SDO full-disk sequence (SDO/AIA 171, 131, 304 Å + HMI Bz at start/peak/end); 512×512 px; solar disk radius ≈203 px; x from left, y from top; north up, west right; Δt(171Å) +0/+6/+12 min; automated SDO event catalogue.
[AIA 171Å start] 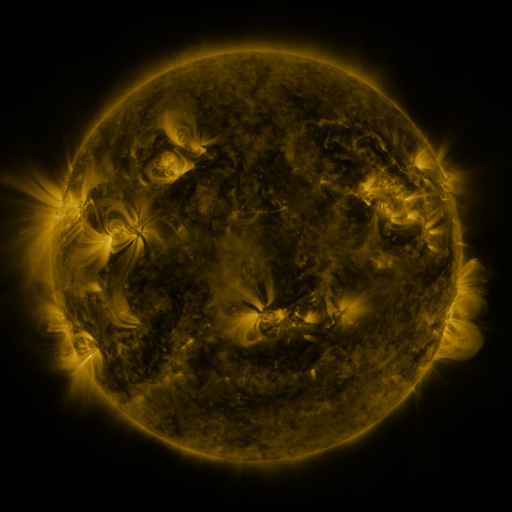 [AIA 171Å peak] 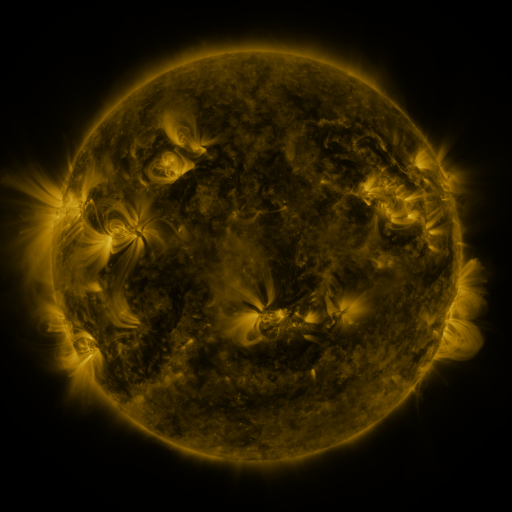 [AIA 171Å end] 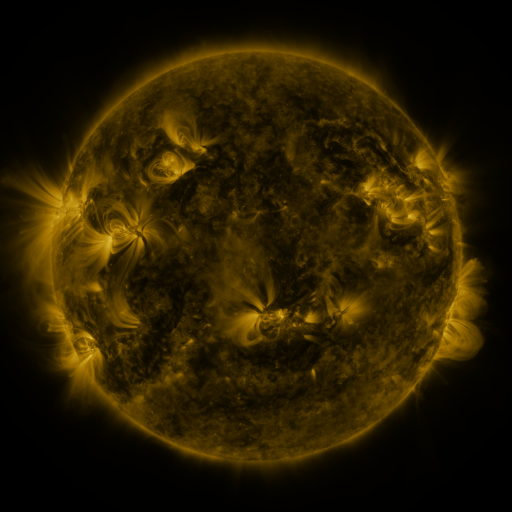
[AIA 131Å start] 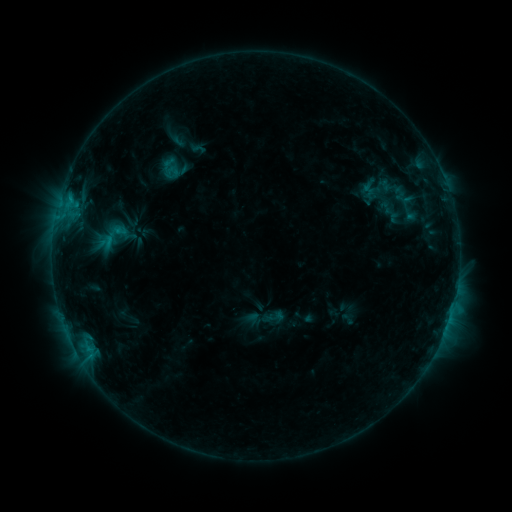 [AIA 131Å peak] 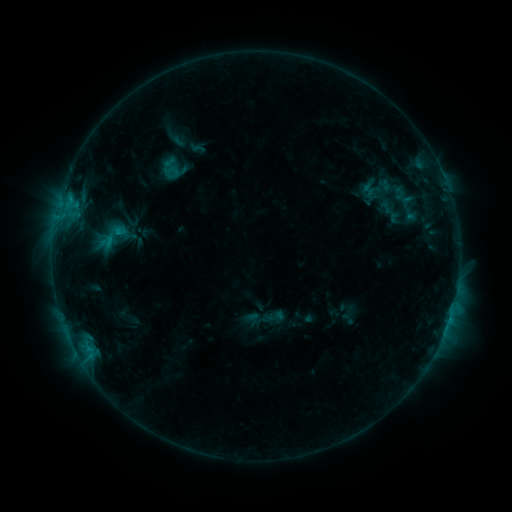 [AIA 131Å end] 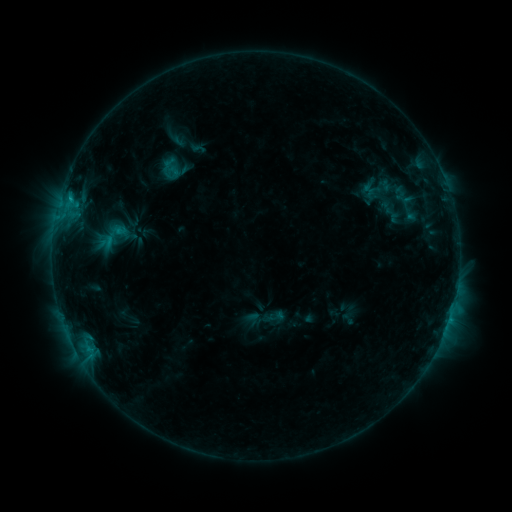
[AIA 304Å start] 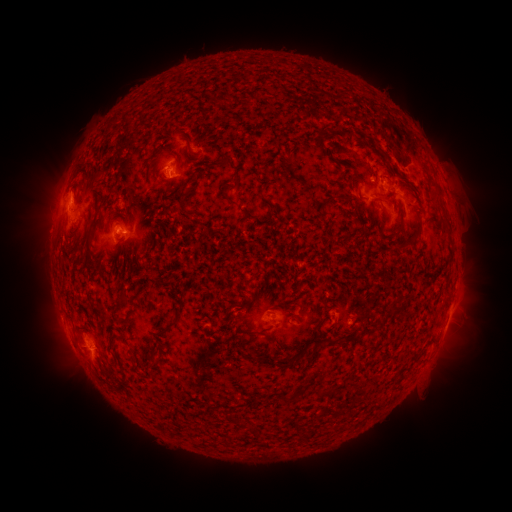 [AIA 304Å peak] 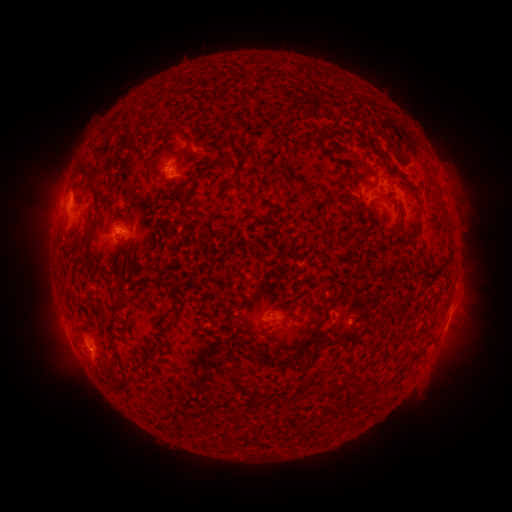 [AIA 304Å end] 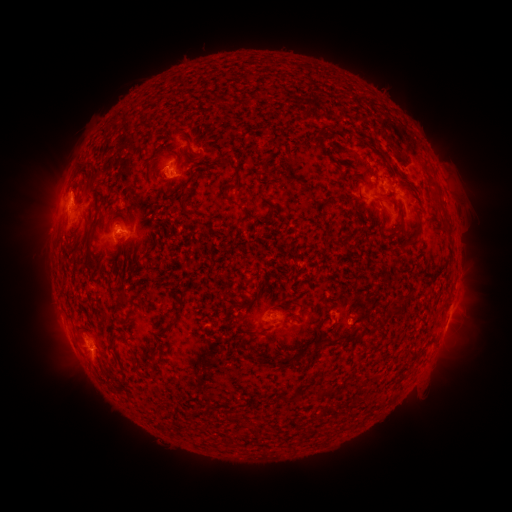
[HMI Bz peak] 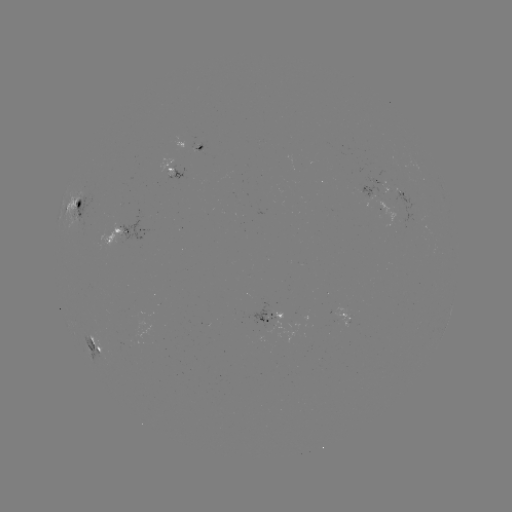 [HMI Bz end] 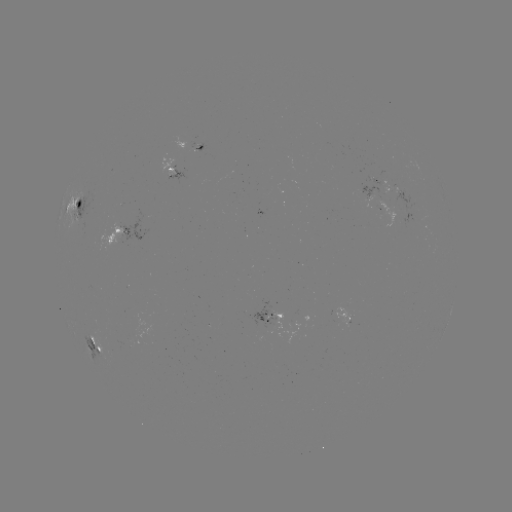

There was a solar flare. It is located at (119, 233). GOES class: C1.1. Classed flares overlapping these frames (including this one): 1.